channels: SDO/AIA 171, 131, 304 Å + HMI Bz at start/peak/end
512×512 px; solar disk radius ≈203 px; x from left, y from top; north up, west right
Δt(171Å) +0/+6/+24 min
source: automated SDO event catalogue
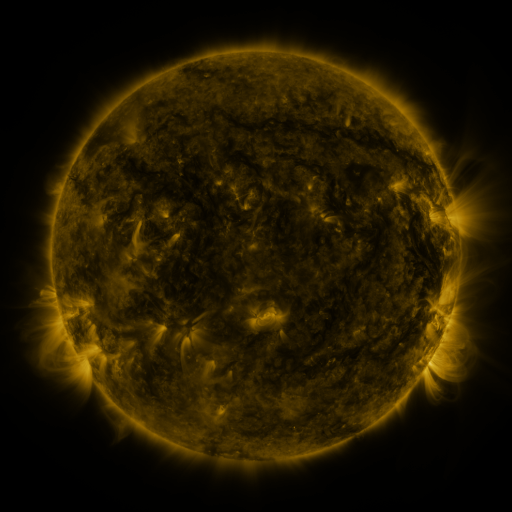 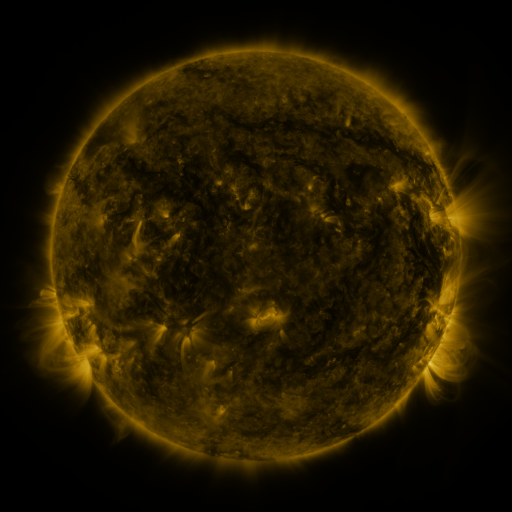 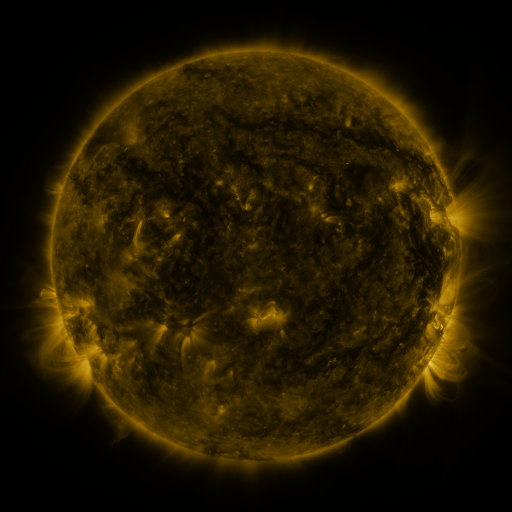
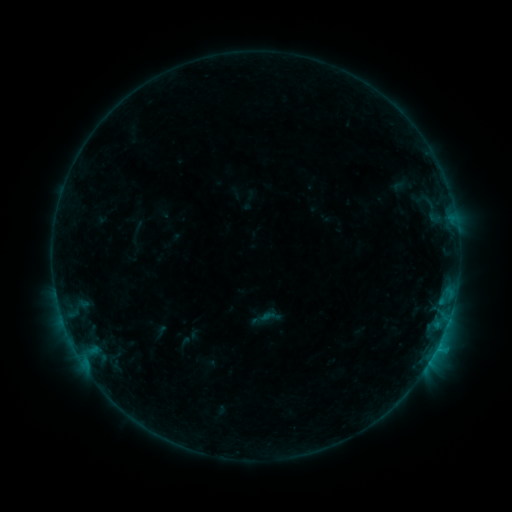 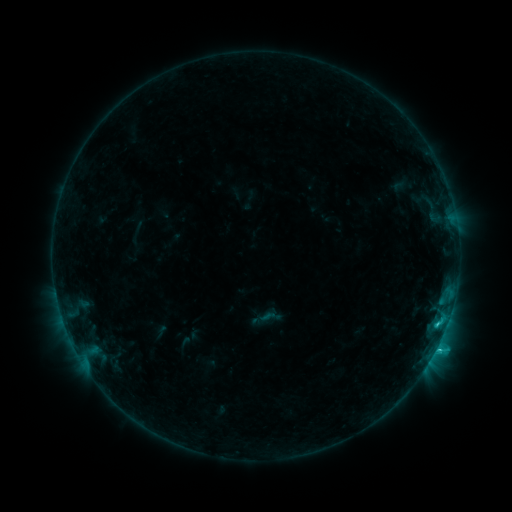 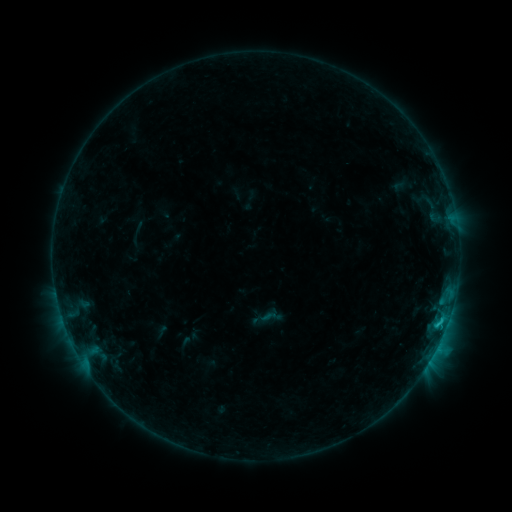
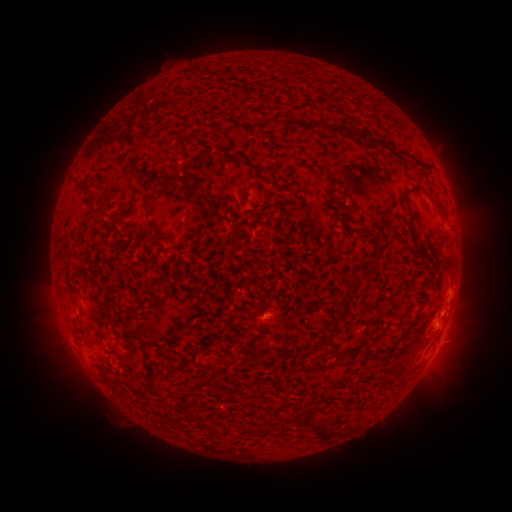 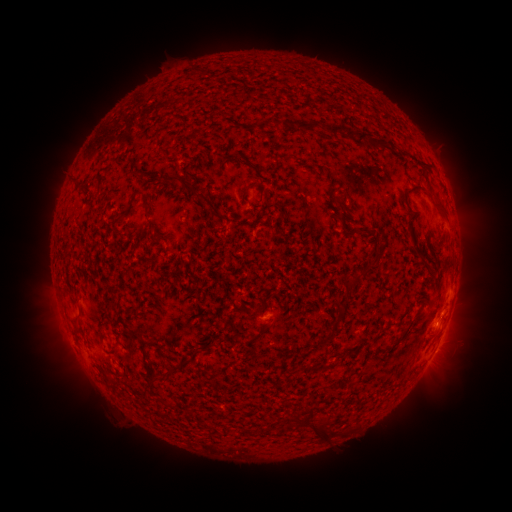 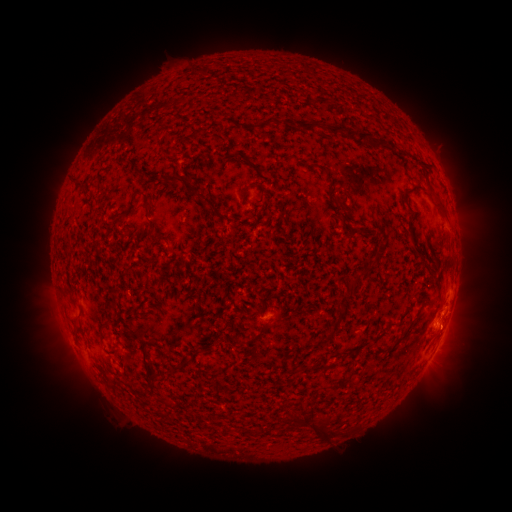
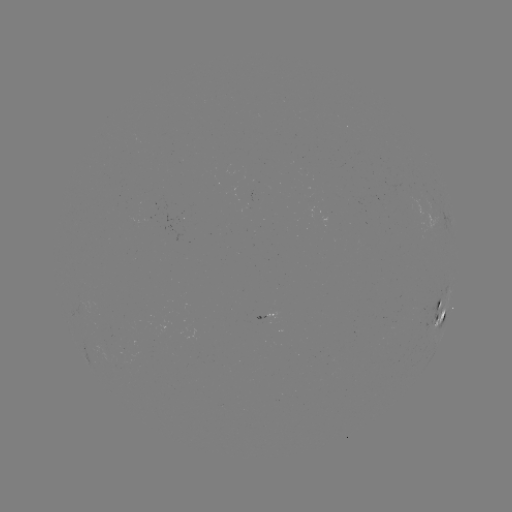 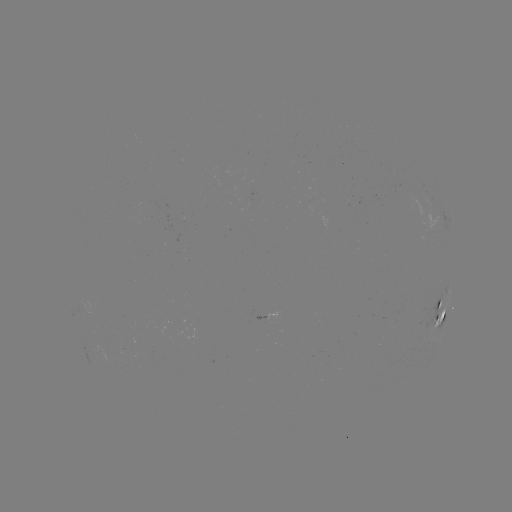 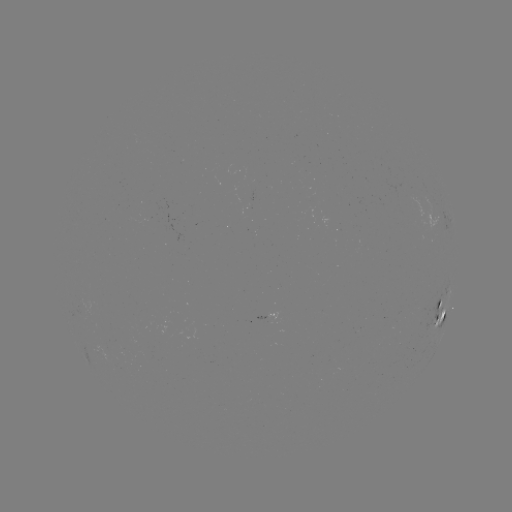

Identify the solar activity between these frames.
C1.5 flare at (436, 348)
